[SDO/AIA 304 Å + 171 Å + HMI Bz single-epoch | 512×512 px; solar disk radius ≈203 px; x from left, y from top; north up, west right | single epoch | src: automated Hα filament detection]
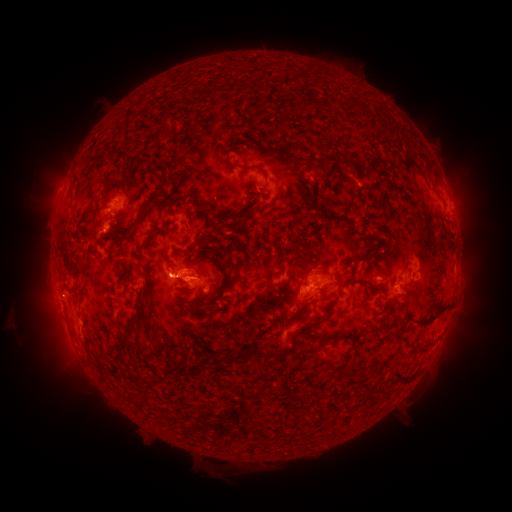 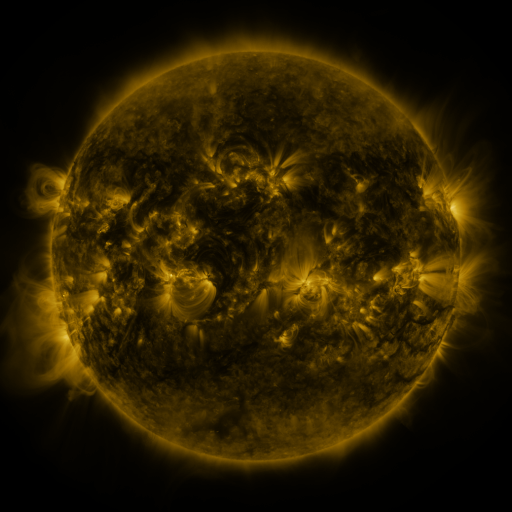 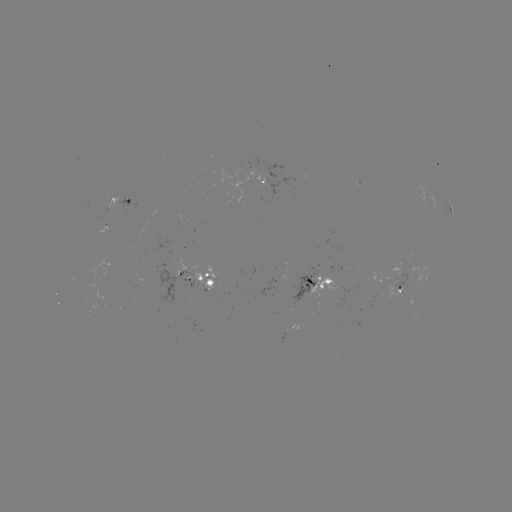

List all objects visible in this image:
filament: (238, 163, 269, 179)
filament: (157, 173, 172, 188)
filament: (258, 184, 268, 192)
filament: (144, 201, 154, 211)
filament: (227, 211, 244, 226)
filament: (196, 235, 218, 246)
filament: (137, 237, 149, 254)
filament: (353, 252, 372, 261)
filament: (315, 268, 330, 275)
filament: (136, 273, 149, 298)
filament: (332, 275, 345, 290)
filament: (207, 279, 228, 311)
filament: (416, 305, 447, 328)
filament: (305, 314, 327, 330)
filament: (280, 315, 290, 323)
filament: (114, 320, 135, 356)
filament: (386, 330, 400, 339)
filament: (309, 333, 331, 344)
filament: (233, 343, 265, 358)
filament: (268, 347, 286, 359)
filament: (417, 347, 427, 354)
filament: (211, 355, 221, 364)
